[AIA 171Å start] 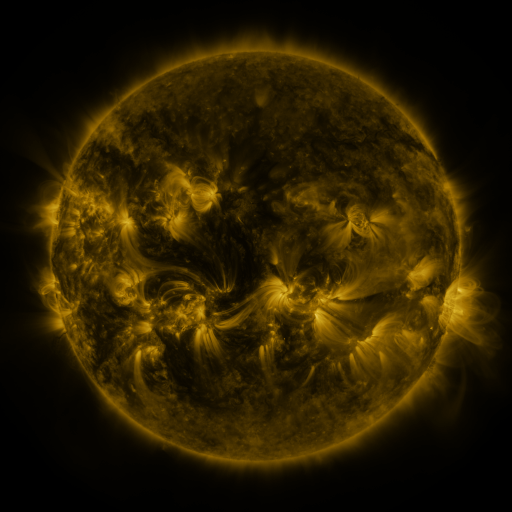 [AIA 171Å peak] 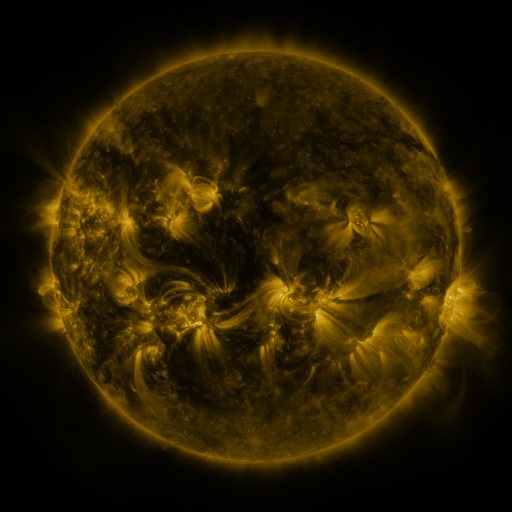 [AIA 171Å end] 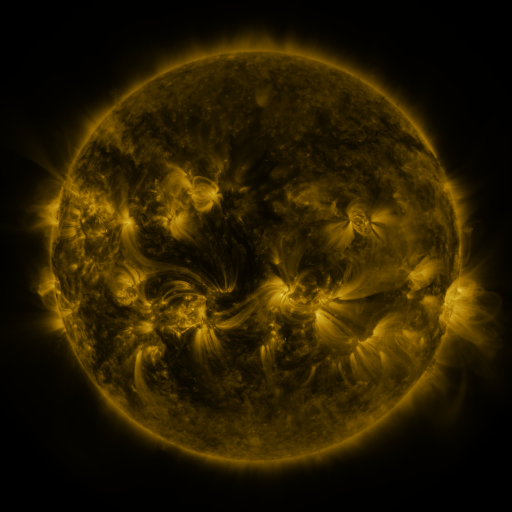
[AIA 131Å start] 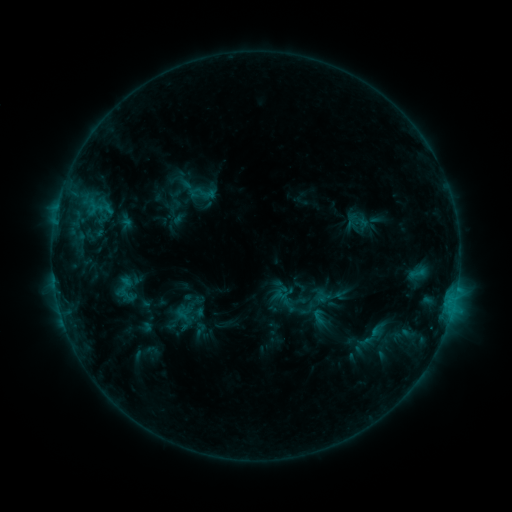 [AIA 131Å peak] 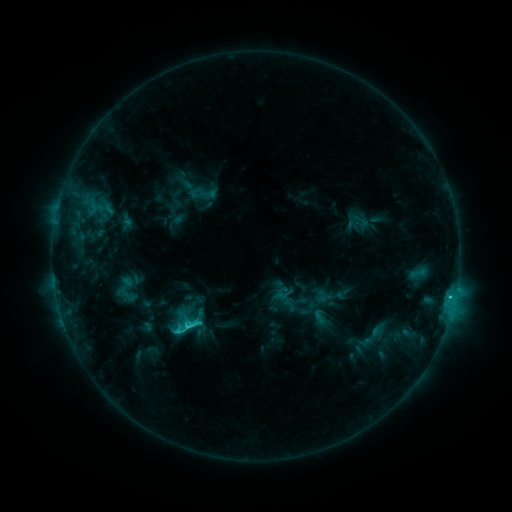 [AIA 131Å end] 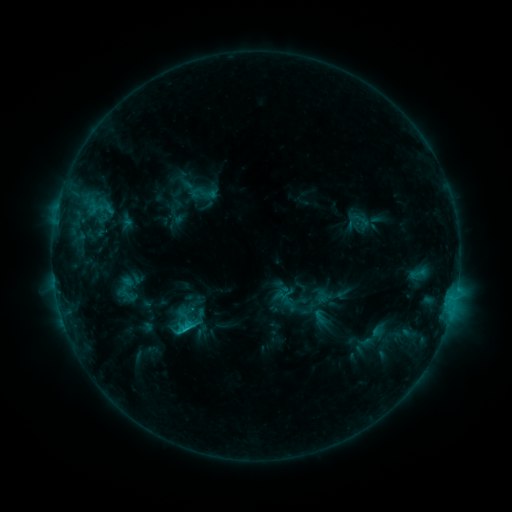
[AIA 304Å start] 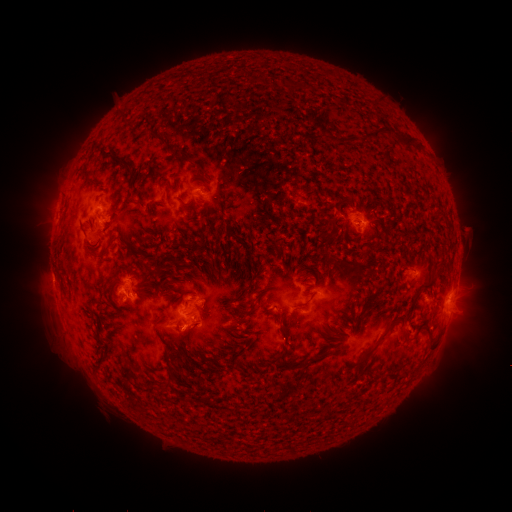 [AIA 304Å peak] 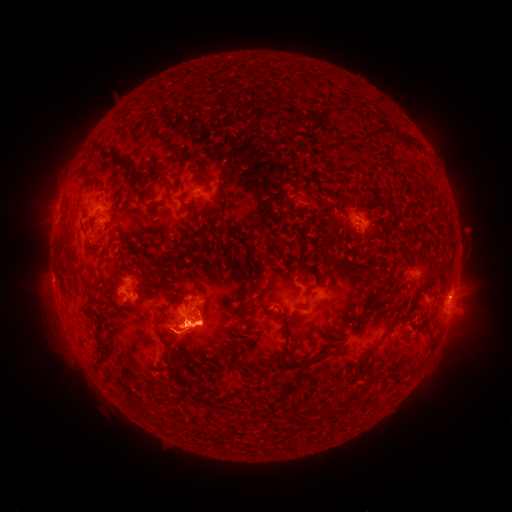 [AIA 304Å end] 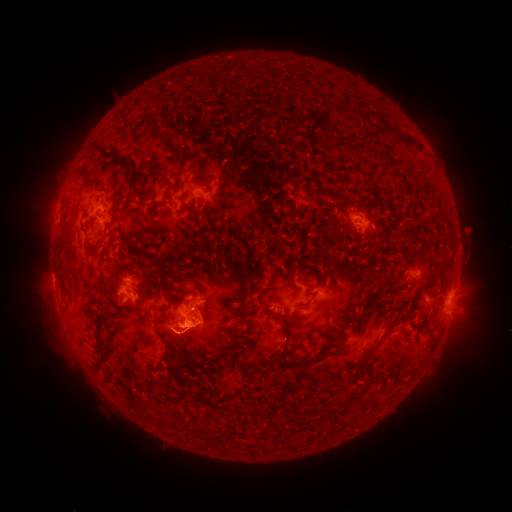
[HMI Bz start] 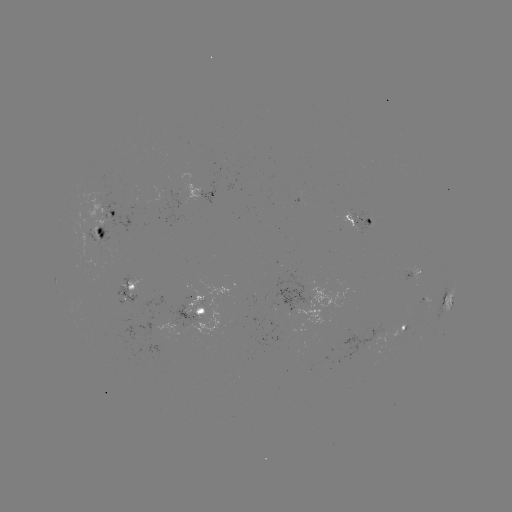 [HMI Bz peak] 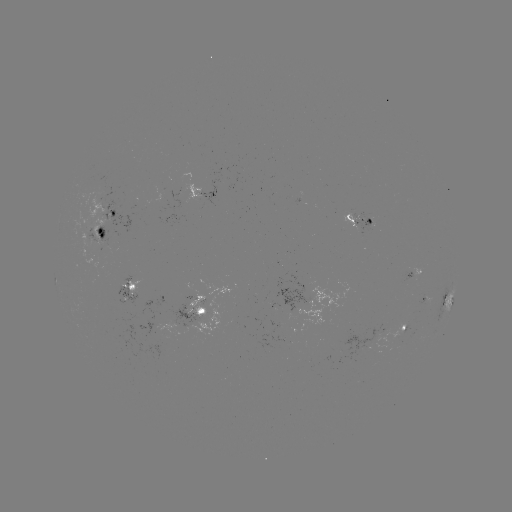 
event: flare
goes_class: C2.7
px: (190, 324)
